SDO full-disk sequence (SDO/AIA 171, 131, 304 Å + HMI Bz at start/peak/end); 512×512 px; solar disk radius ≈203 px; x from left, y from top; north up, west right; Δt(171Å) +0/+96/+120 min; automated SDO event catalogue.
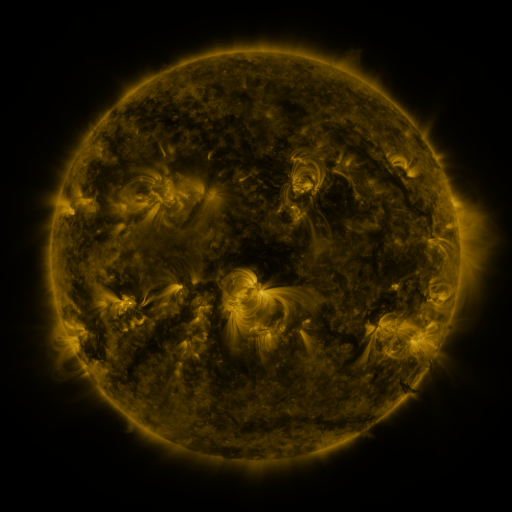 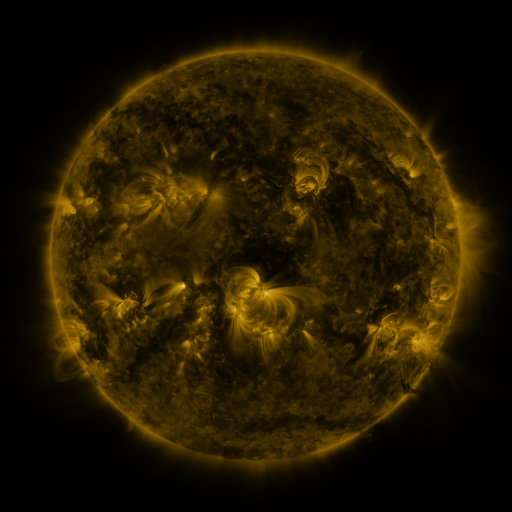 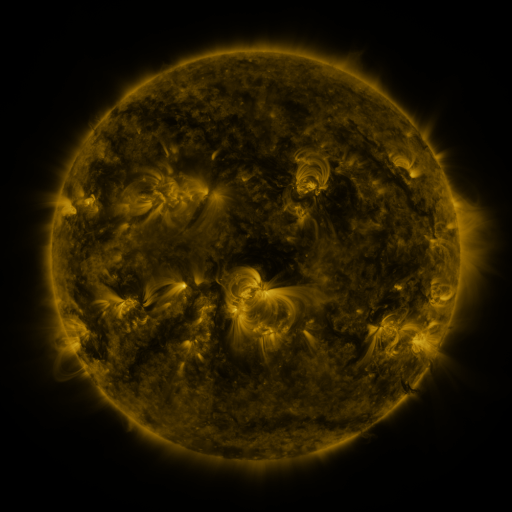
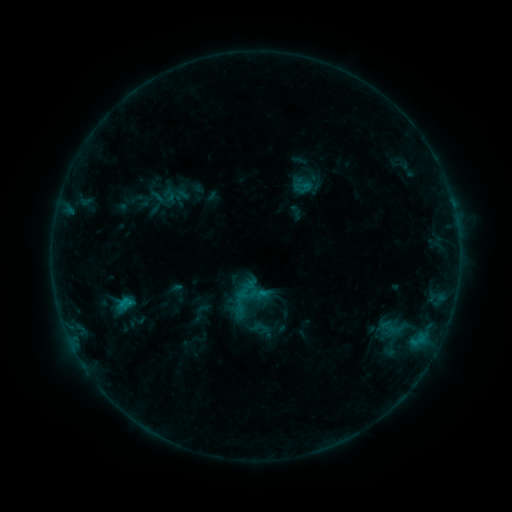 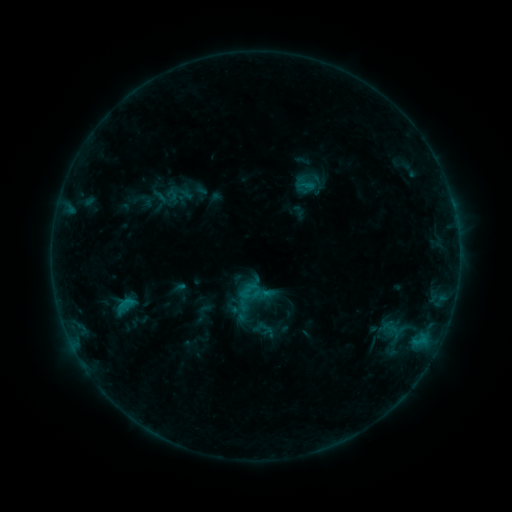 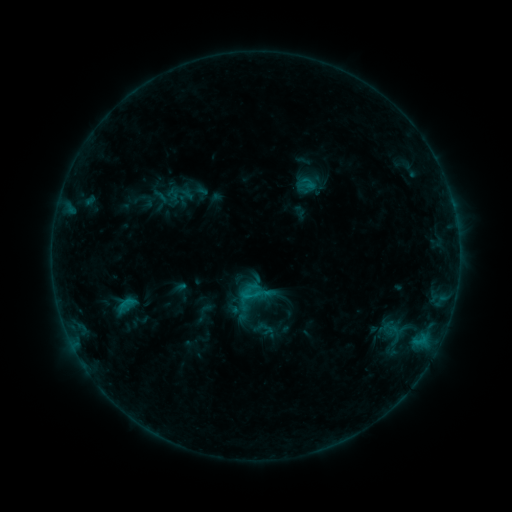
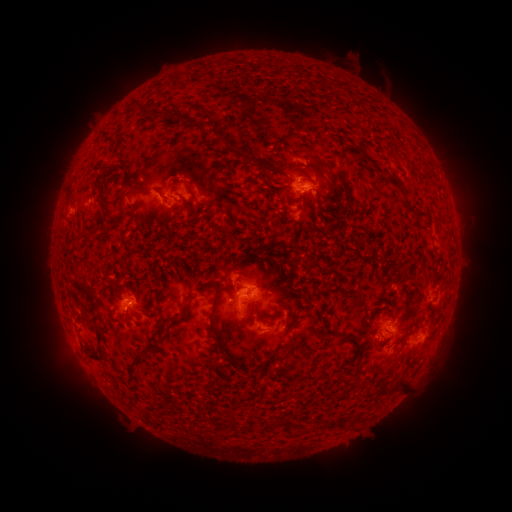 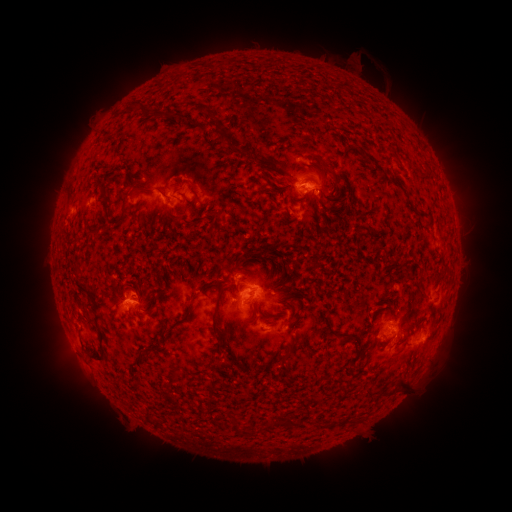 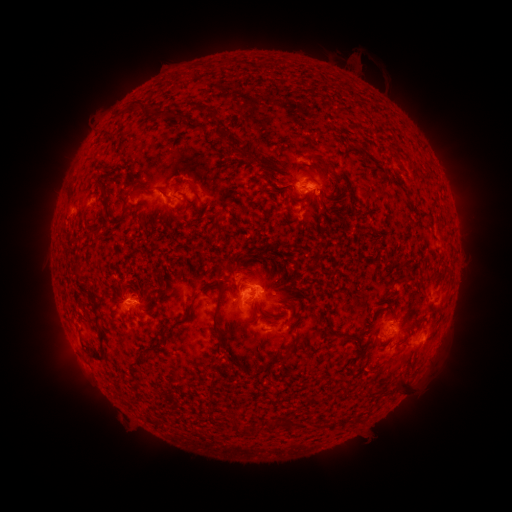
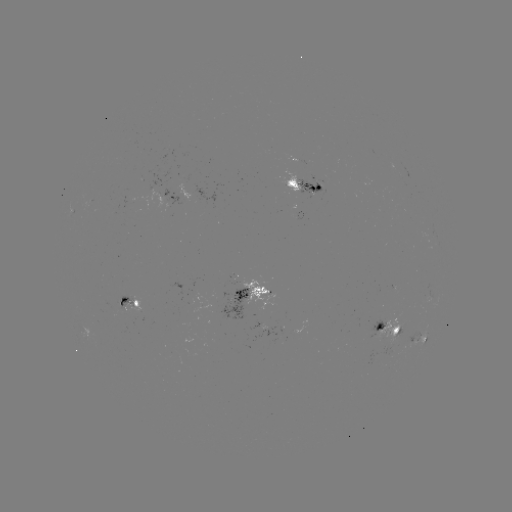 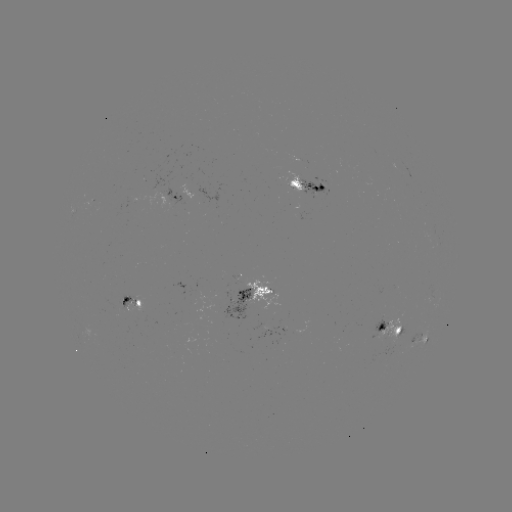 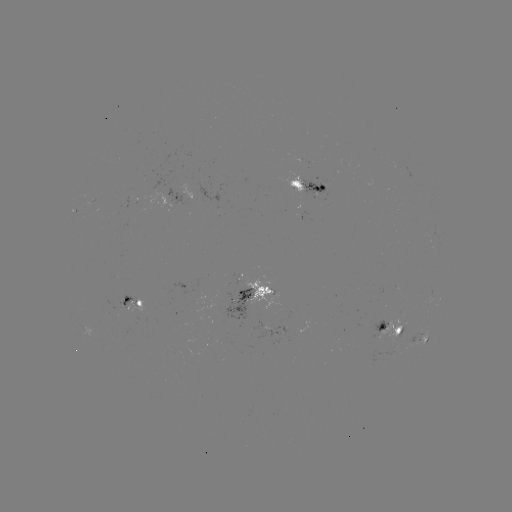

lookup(emerging-flux region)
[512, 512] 300,171